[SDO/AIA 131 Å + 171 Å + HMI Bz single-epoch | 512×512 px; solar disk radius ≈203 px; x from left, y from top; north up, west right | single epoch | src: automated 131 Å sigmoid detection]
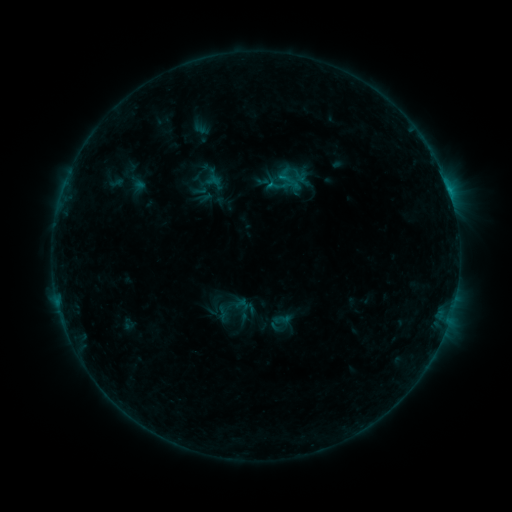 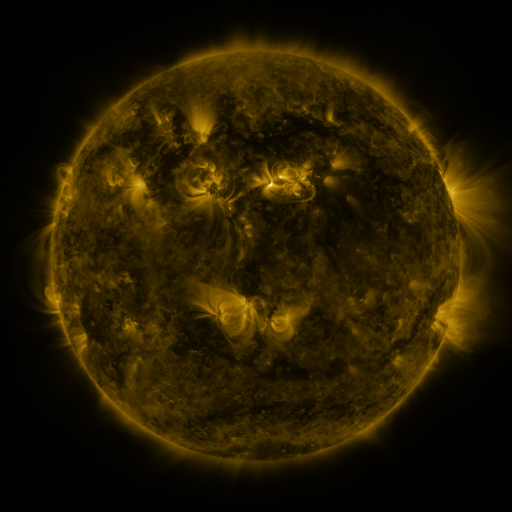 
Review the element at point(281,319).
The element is sigmoid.